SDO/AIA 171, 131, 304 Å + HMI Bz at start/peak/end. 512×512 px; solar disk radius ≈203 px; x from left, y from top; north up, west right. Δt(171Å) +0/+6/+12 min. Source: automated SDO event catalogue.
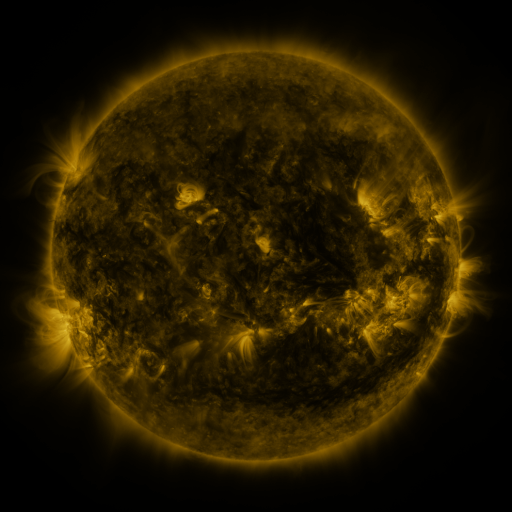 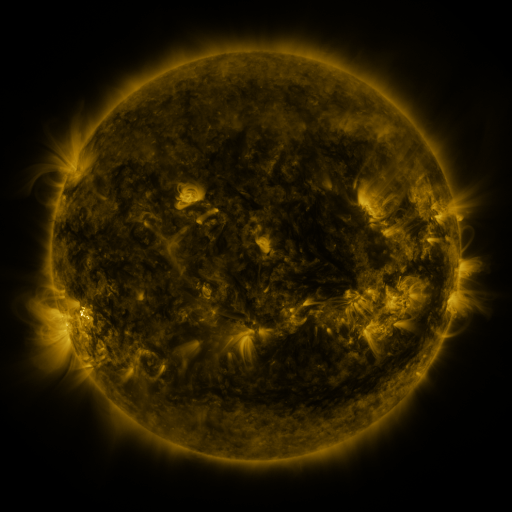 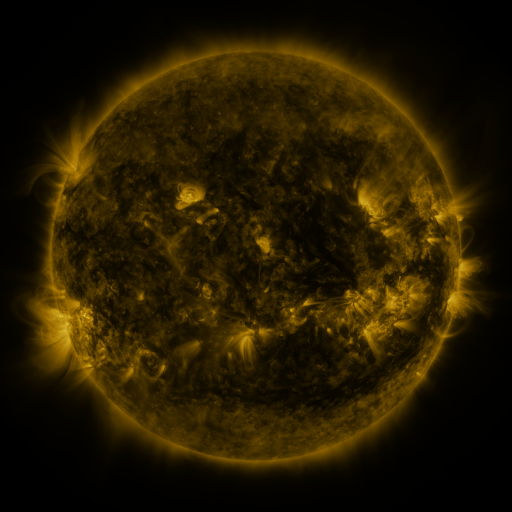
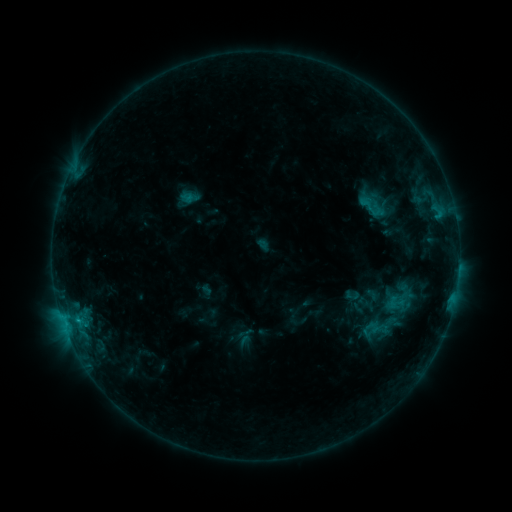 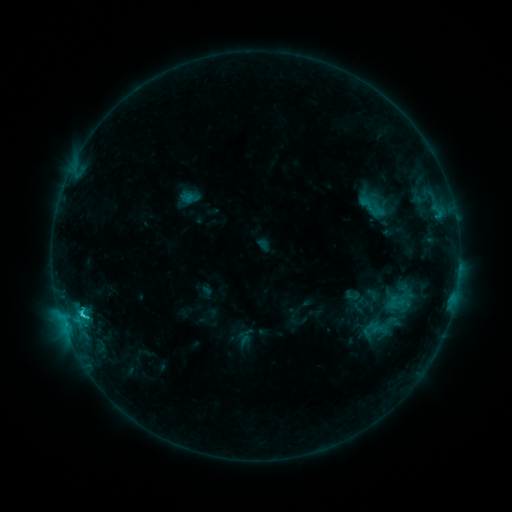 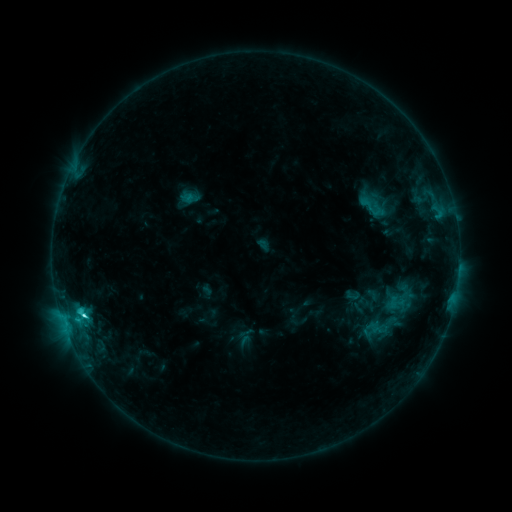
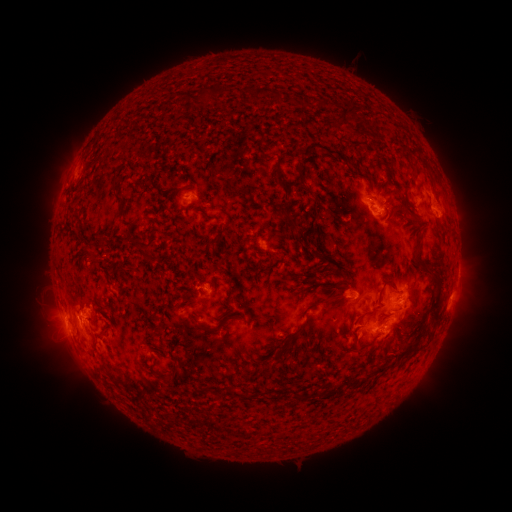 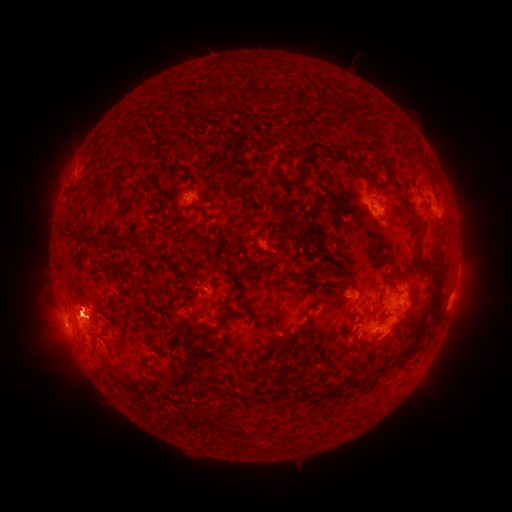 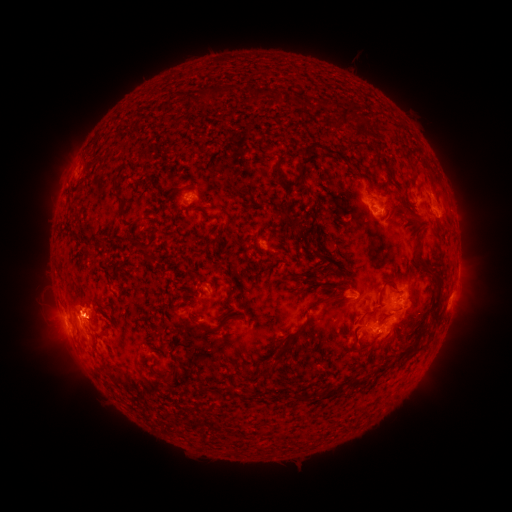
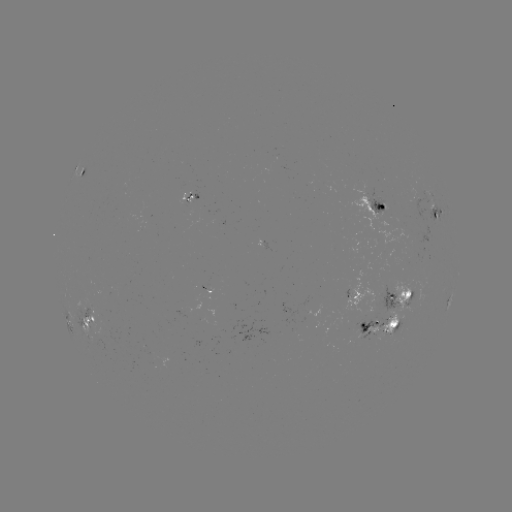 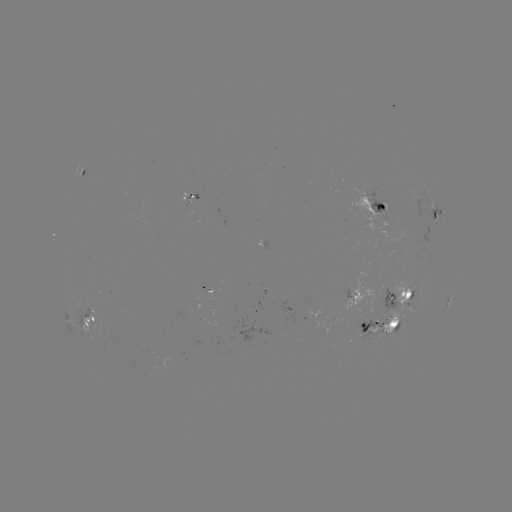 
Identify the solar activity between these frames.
C3.6 flare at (83, 313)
